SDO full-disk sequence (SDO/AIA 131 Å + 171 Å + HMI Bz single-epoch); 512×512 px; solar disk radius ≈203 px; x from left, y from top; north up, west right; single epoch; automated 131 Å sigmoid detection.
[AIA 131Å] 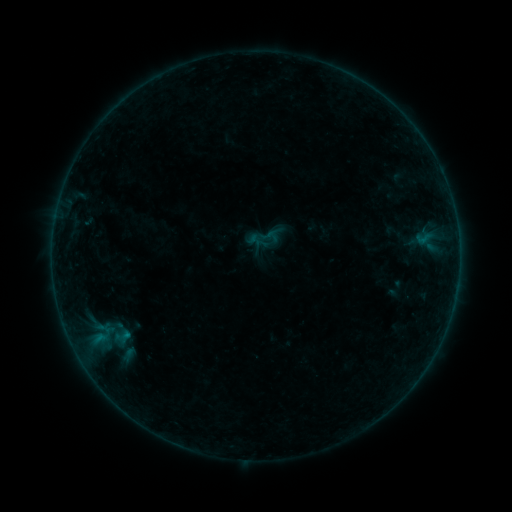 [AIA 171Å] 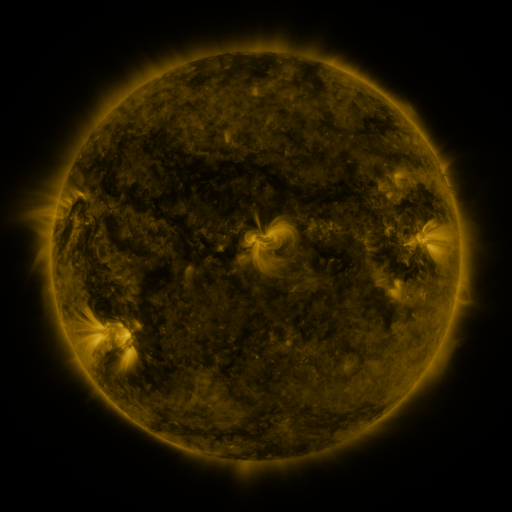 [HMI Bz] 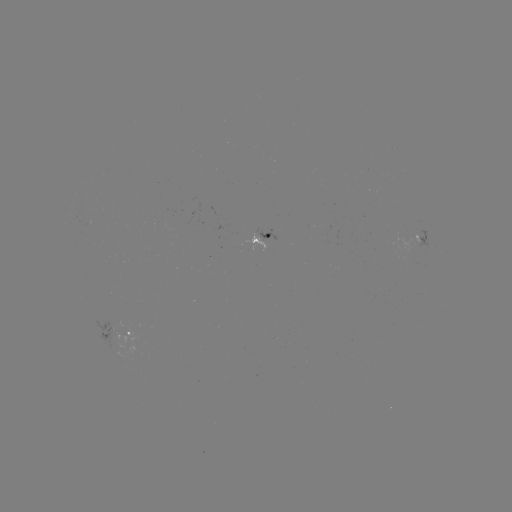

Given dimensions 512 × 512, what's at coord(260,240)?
sigmoid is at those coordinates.